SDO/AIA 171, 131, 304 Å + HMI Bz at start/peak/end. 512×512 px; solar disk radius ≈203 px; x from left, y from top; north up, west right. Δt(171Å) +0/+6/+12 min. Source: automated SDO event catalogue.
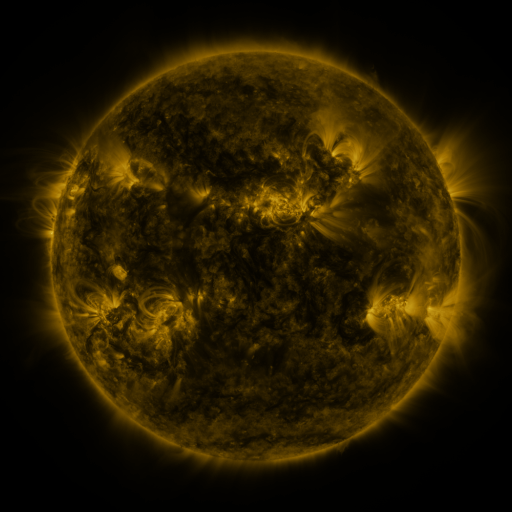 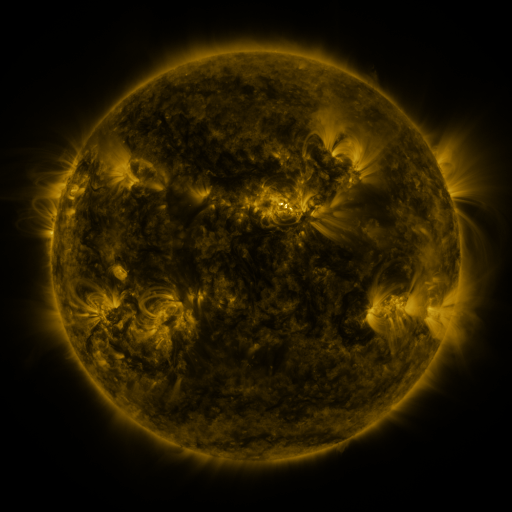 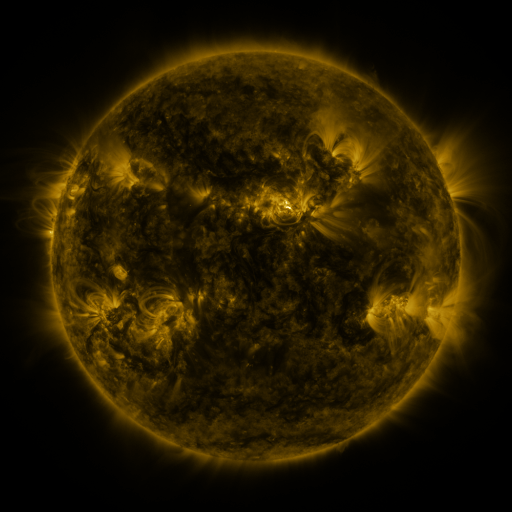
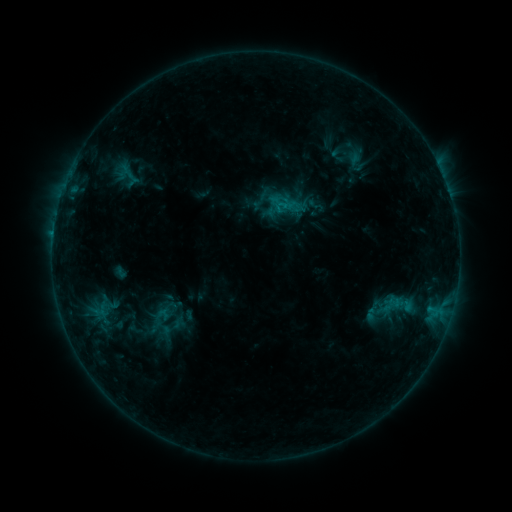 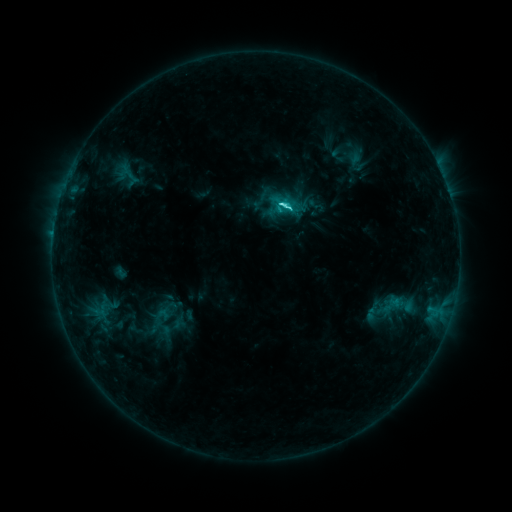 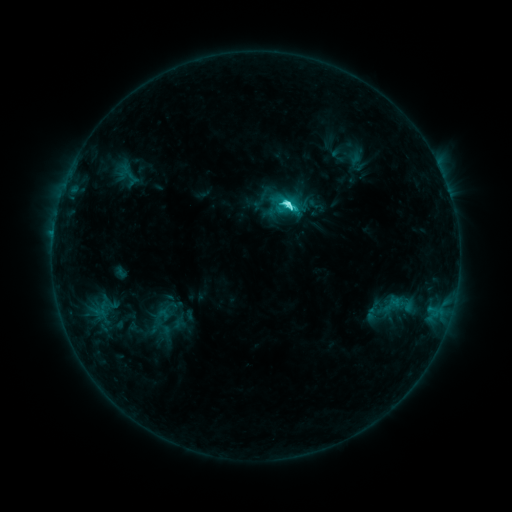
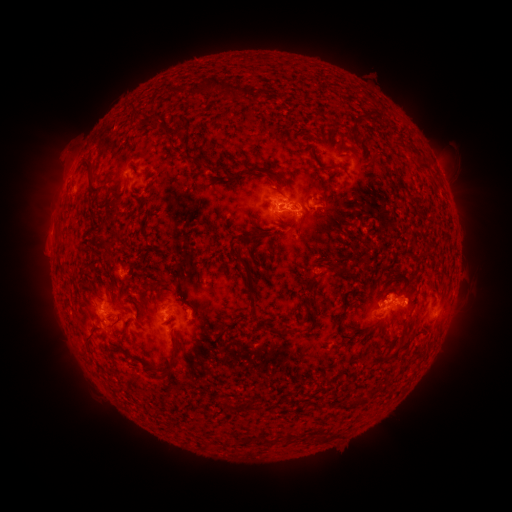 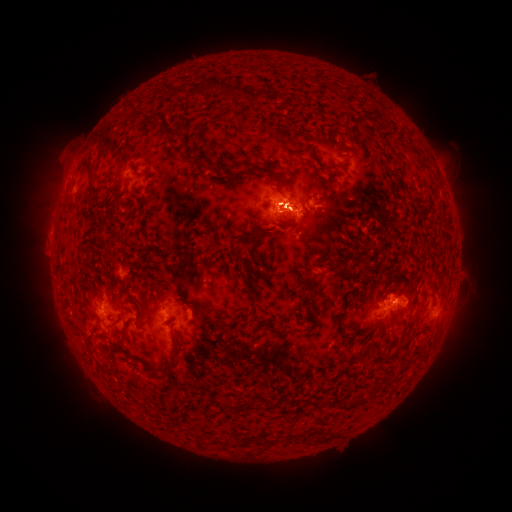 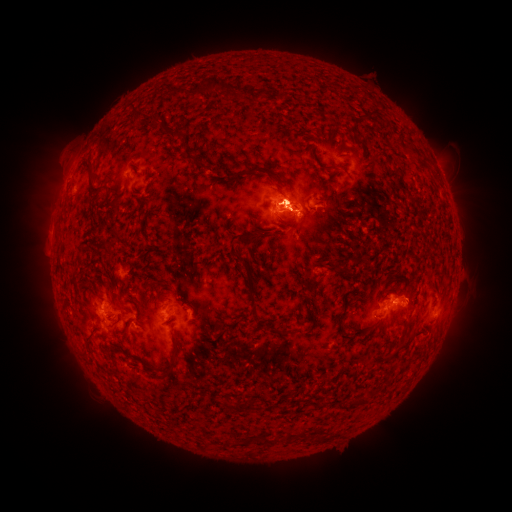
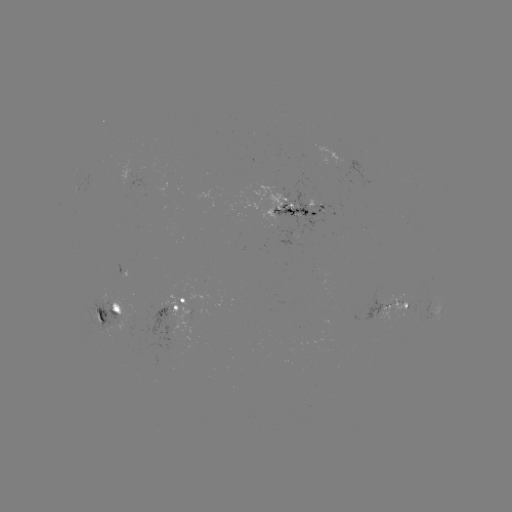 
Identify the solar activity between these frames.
eruption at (294, 188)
